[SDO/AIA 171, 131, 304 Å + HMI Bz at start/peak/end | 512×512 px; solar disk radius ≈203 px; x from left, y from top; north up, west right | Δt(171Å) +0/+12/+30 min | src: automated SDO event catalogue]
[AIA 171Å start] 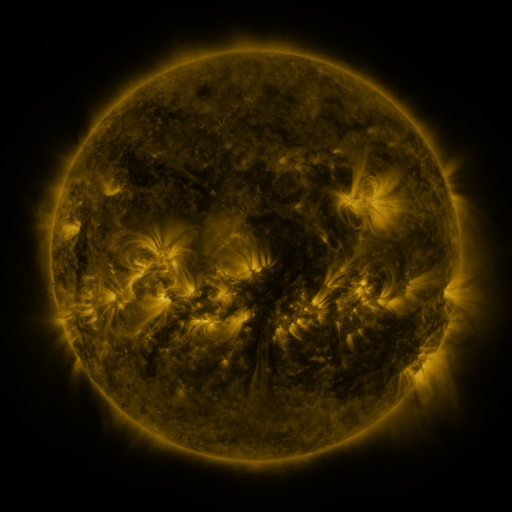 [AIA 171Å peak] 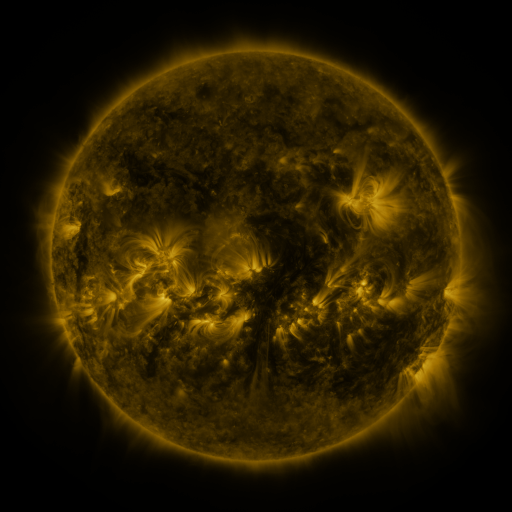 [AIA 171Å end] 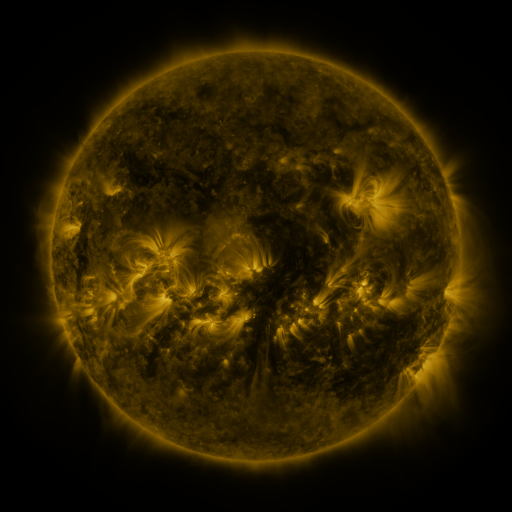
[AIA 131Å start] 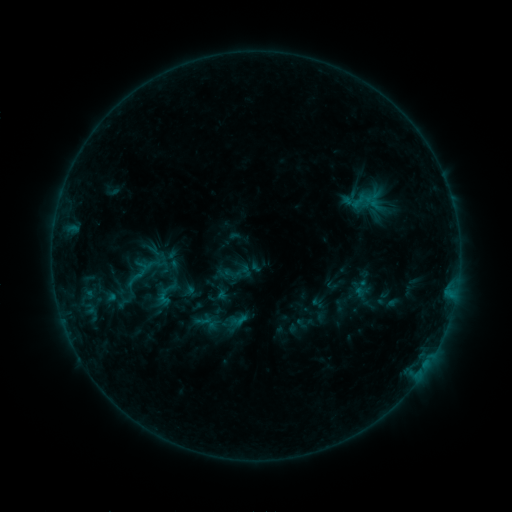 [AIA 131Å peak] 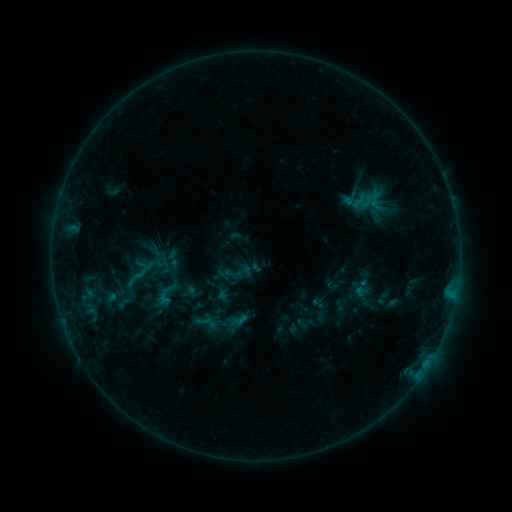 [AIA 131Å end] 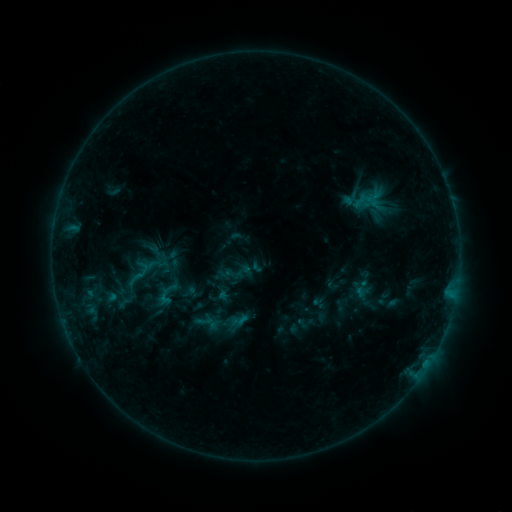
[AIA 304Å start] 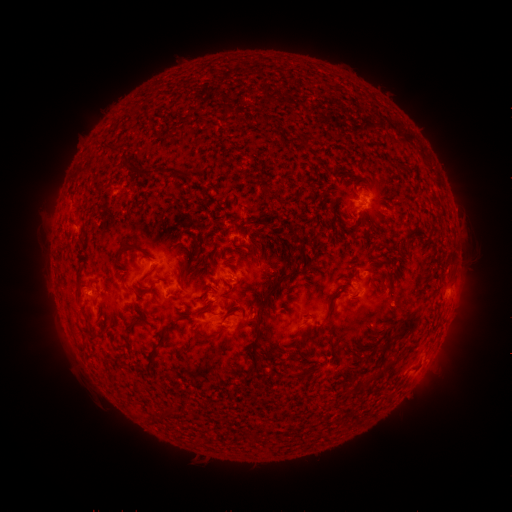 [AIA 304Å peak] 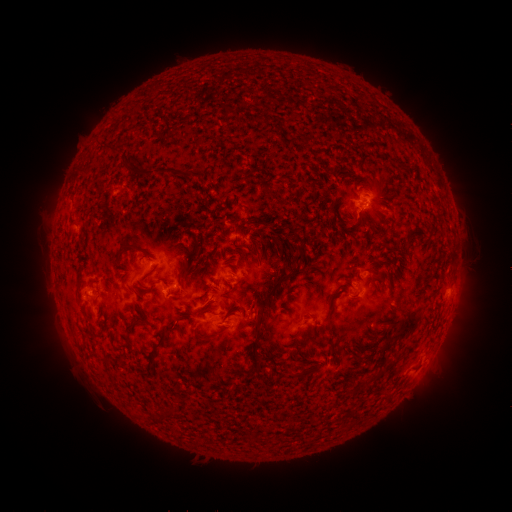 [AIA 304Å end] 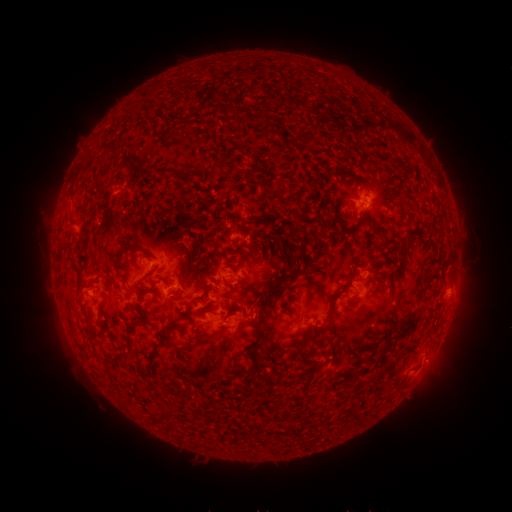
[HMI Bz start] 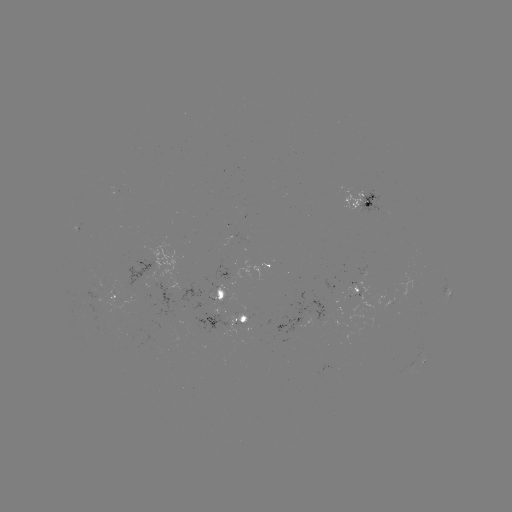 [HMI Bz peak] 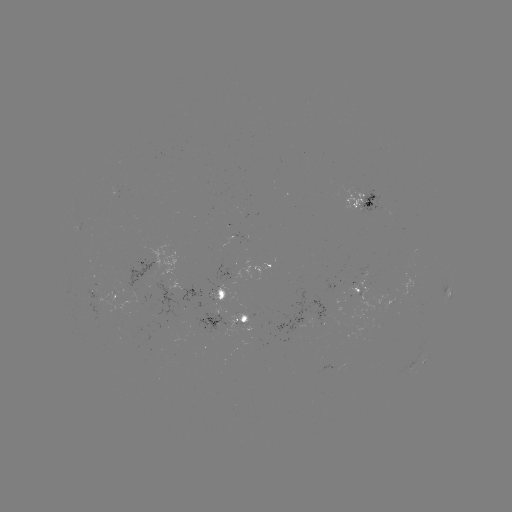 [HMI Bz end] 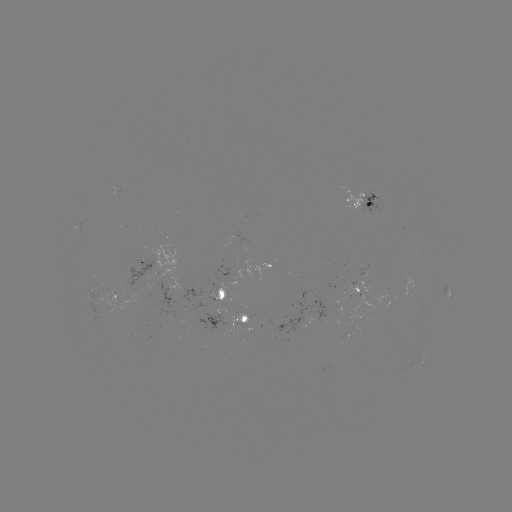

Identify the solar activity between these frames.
nothing was catalogued: no classed flare, no EUV trigger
